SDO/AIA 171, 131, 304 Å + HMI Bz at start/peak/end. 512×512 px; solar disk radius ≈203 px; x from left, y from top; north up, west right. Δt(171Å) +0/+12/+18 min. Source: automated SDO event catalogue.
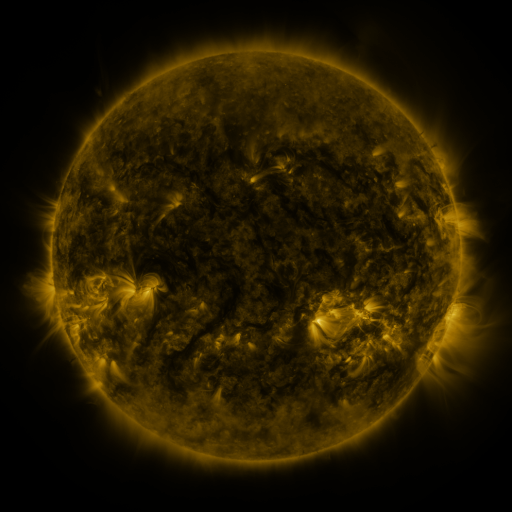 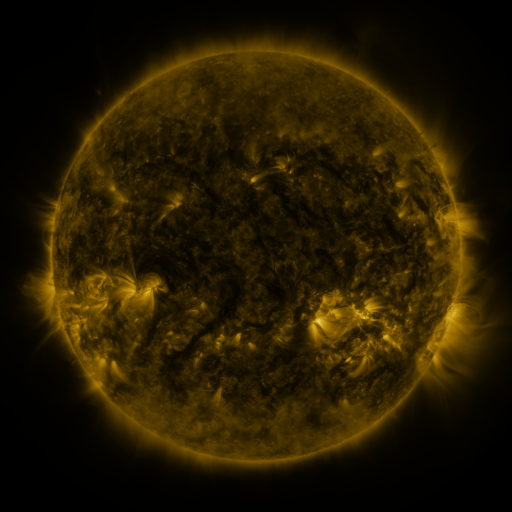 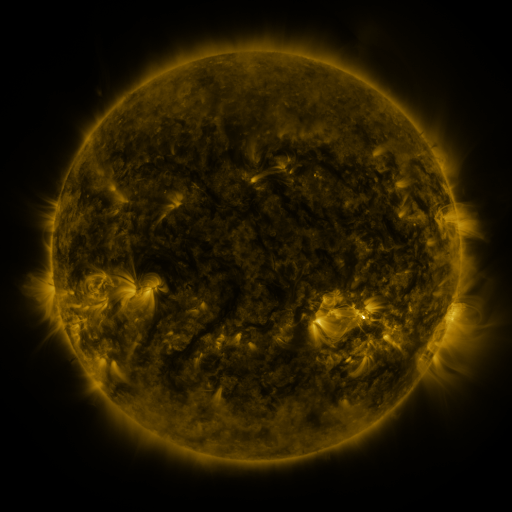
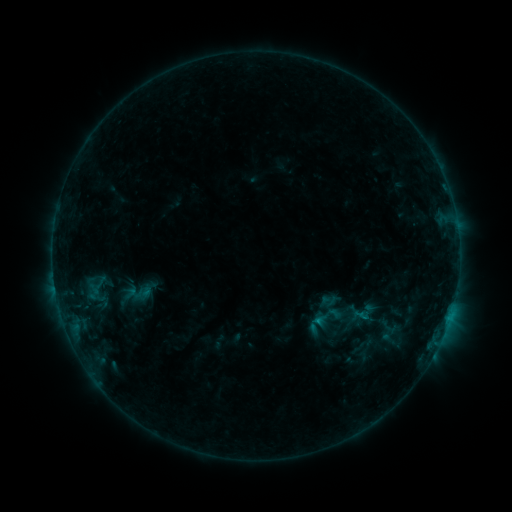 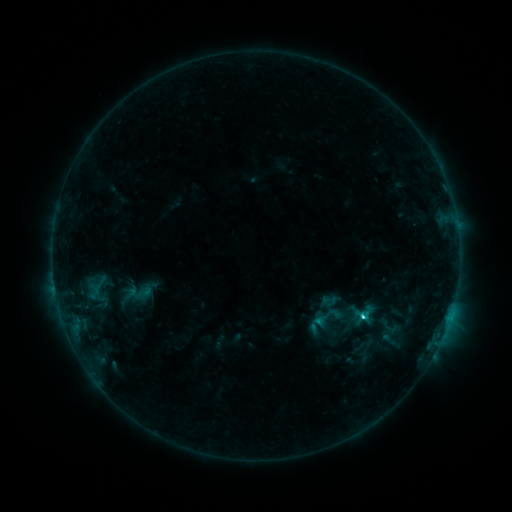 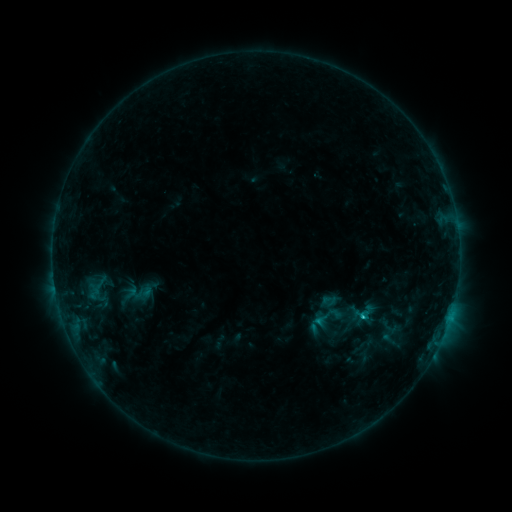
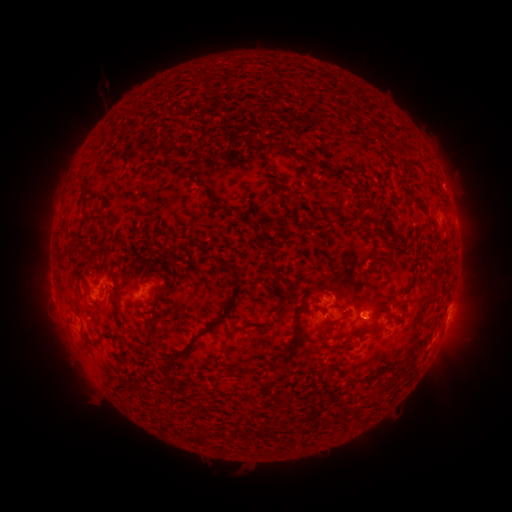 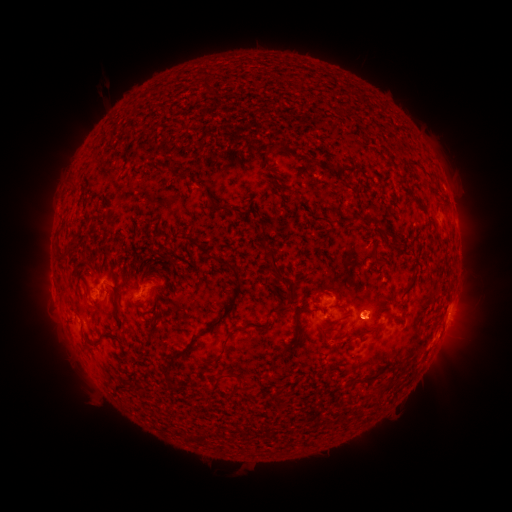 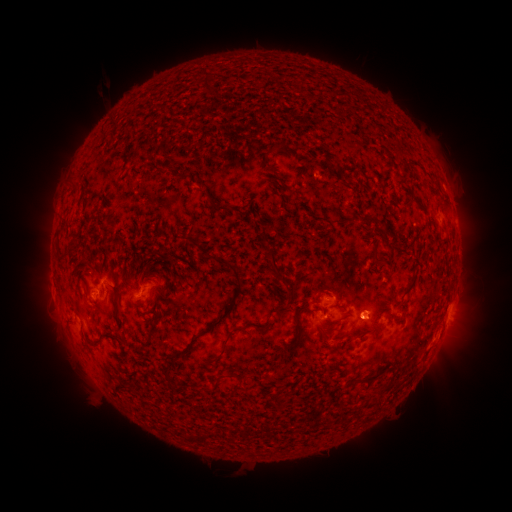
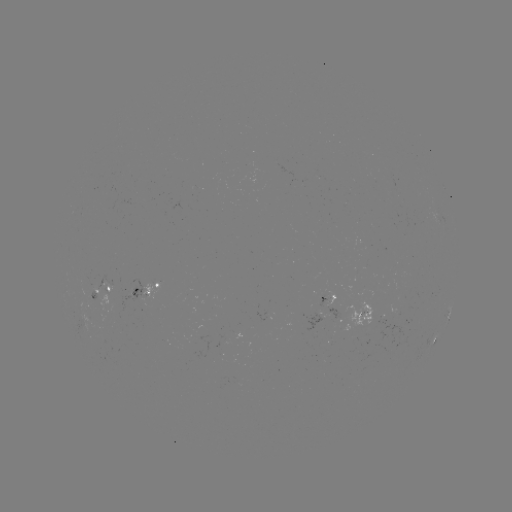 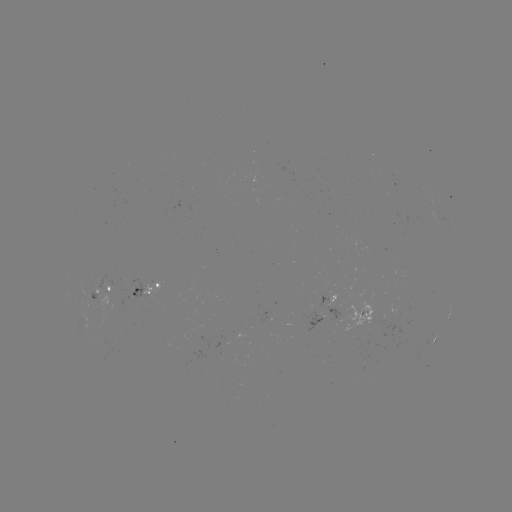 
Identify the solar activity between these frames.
C1.5 flare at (361, 314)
